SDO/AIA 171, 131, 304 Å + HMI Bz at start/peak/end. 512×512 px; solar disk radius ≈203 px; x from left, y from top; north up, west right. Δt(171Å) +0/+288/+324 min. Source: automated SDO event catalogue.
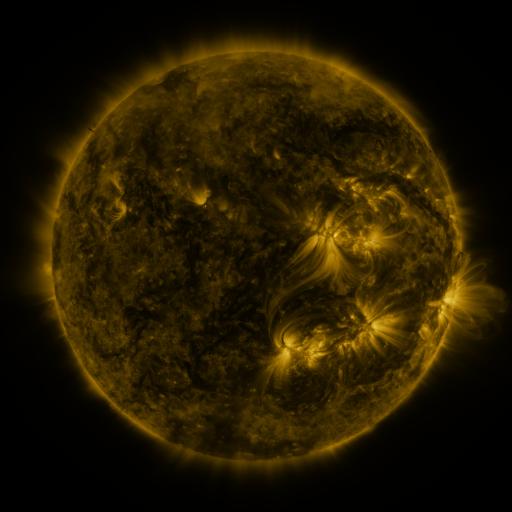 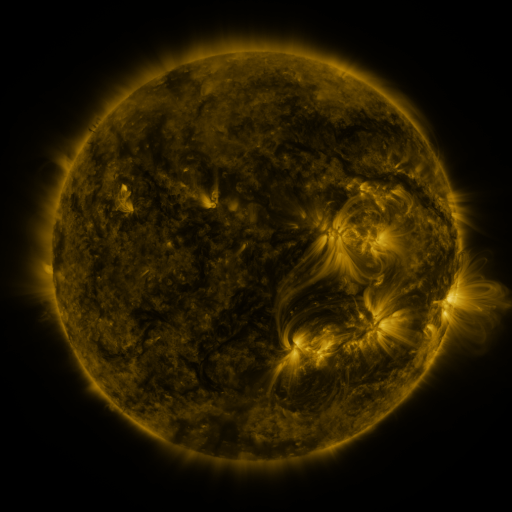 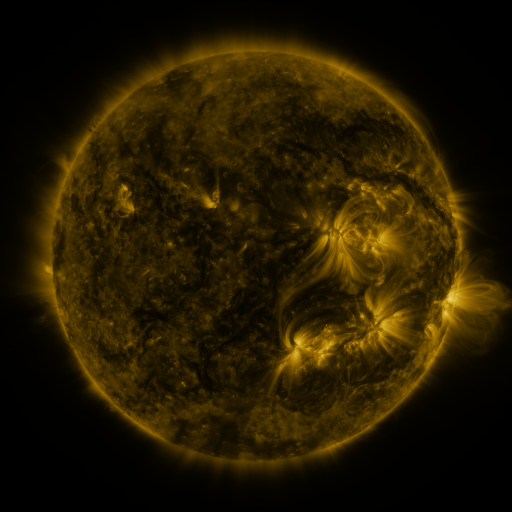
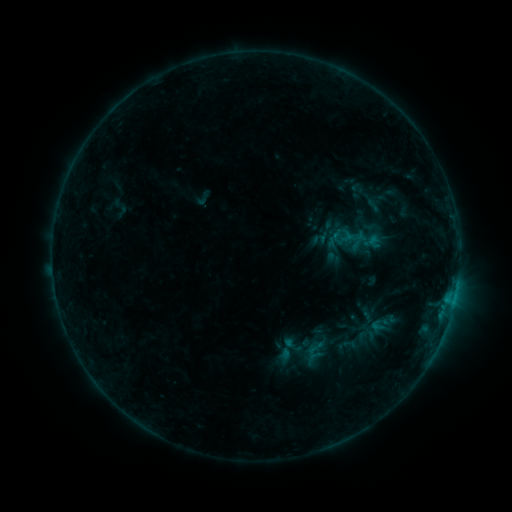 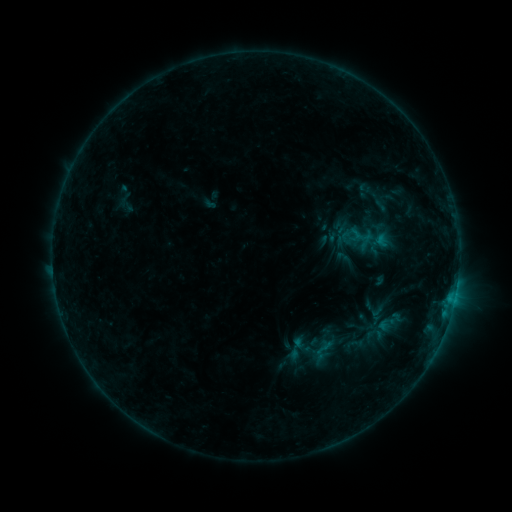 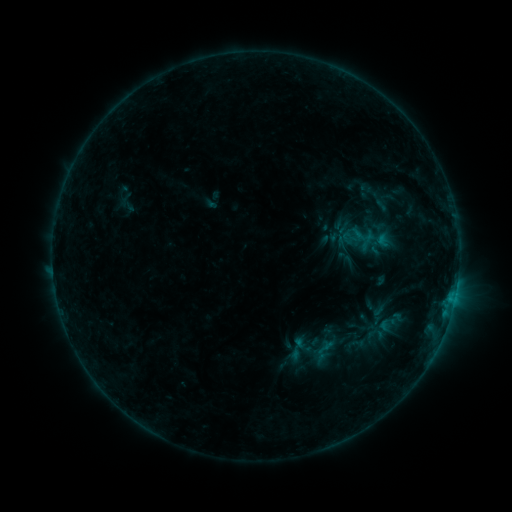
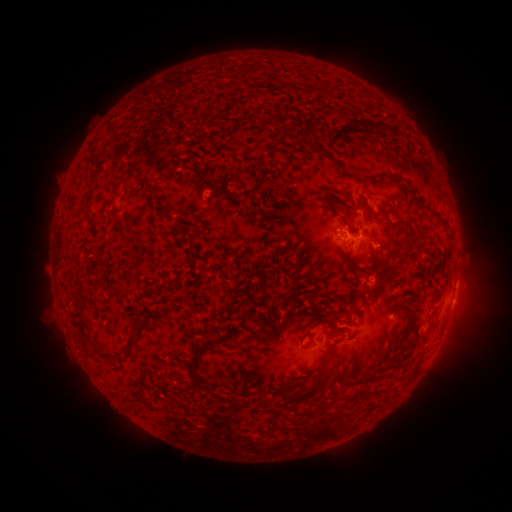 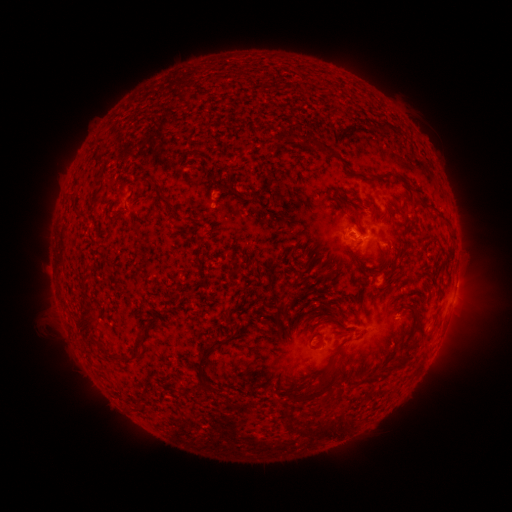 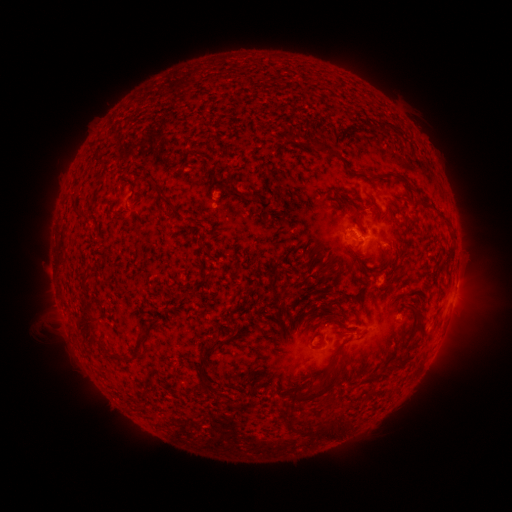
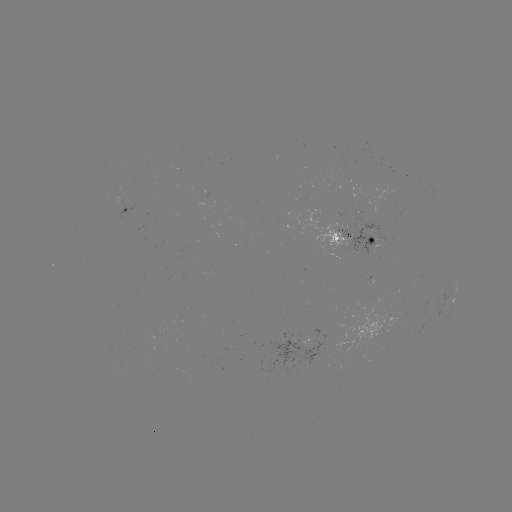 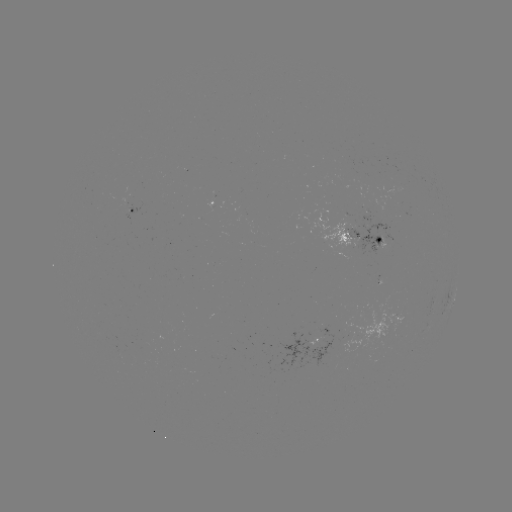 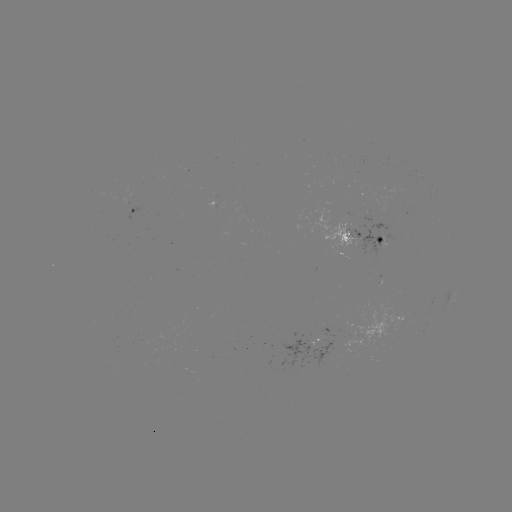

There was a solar emerging-flux region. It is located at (212, 205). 